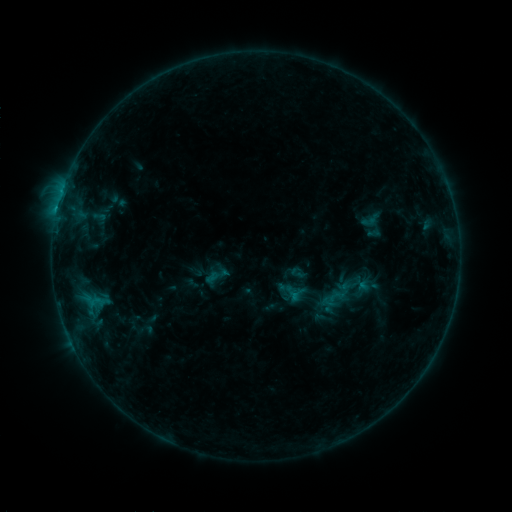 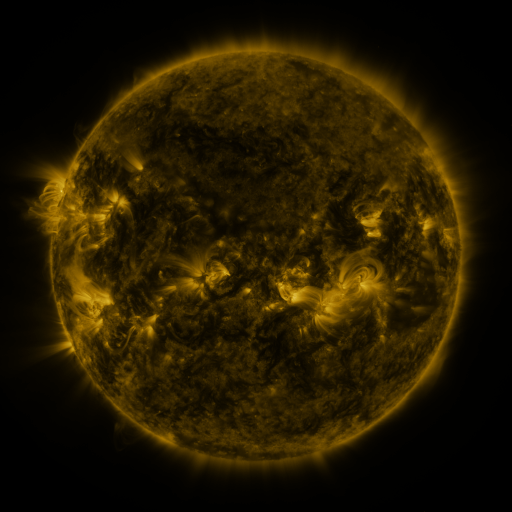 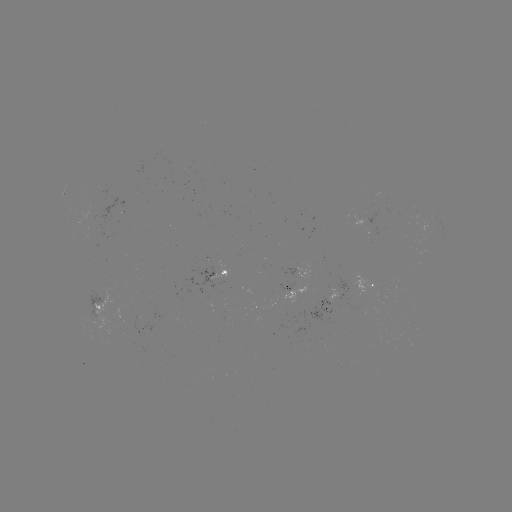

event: sigmoid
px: (360, 290)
